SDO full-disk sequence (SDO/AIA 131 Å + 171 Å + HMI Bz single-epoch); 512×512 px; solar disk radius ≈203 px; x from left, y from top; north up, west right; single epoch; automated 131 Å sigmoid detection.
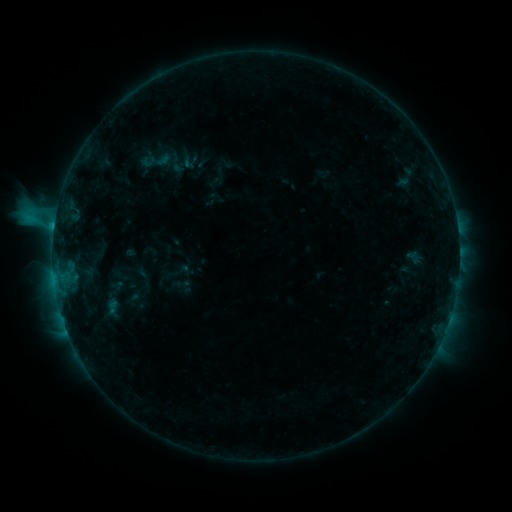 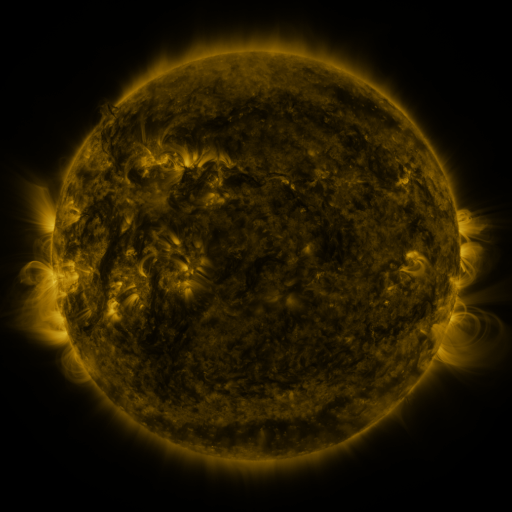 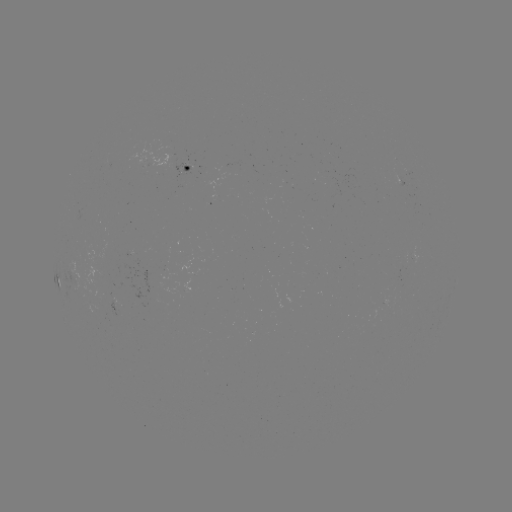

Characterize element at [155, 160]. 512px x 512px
sigmoid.